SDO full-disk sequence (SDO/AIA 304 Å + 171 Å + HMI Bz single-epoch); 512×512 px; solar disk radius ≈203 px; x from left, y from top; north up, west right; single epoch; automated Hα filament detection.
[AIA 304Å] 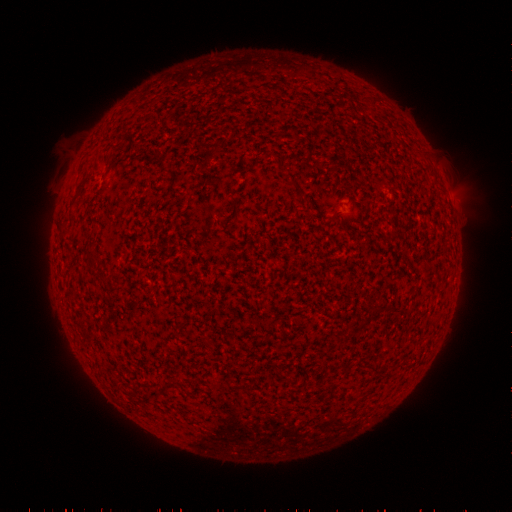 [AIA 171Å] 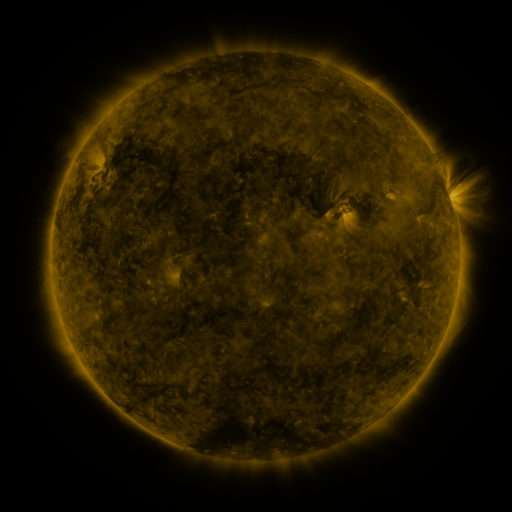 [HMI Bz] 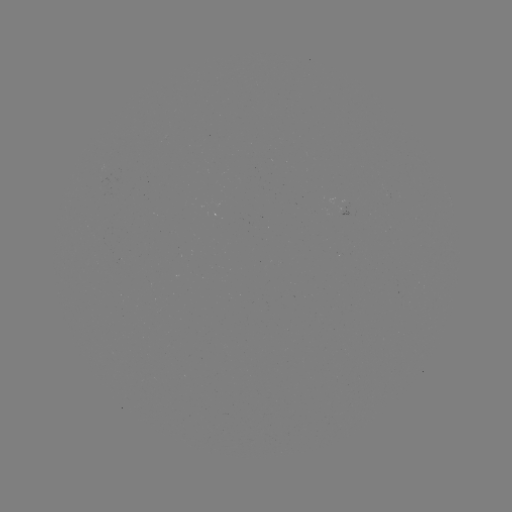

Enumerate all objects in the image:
filament: (109, 157)
filament: (294, 182)
filament: (79, 192)
filament: (234, 207)
filament: (91, 256)
filament: (373, 367)
